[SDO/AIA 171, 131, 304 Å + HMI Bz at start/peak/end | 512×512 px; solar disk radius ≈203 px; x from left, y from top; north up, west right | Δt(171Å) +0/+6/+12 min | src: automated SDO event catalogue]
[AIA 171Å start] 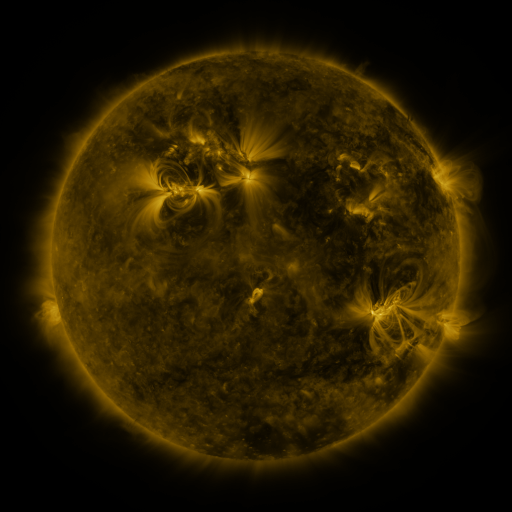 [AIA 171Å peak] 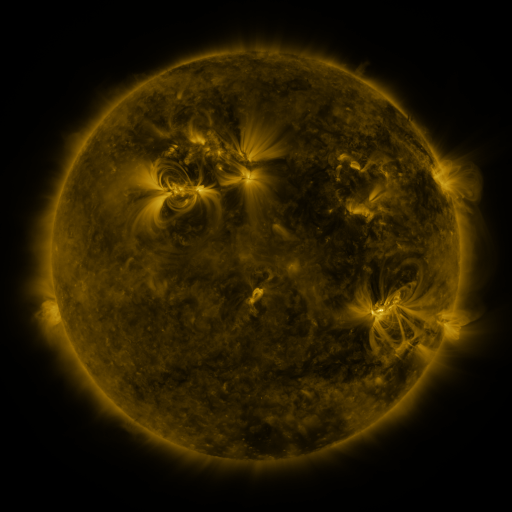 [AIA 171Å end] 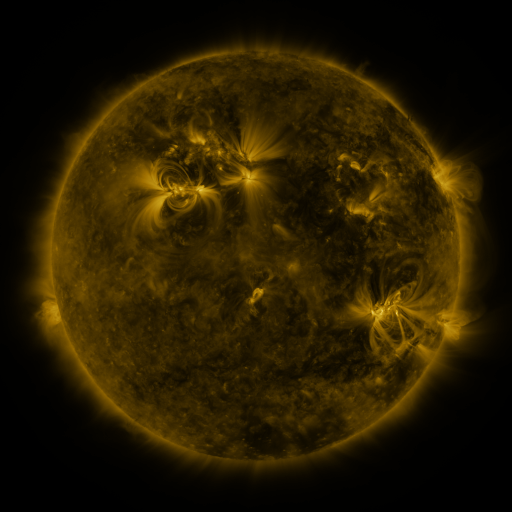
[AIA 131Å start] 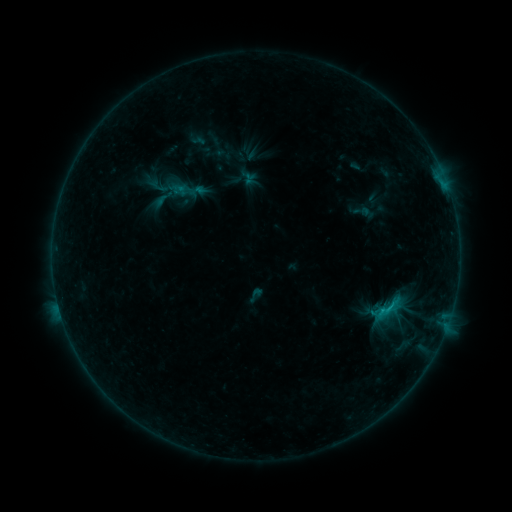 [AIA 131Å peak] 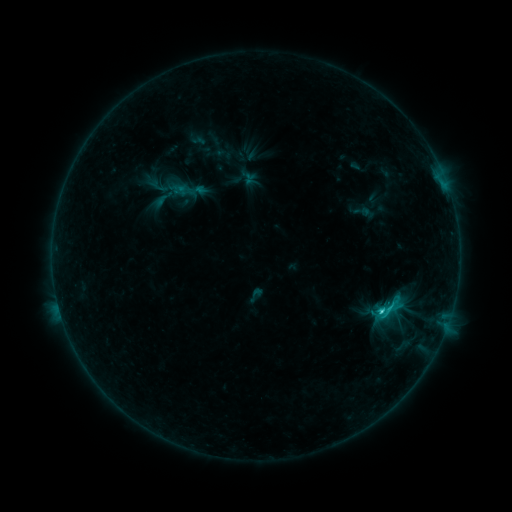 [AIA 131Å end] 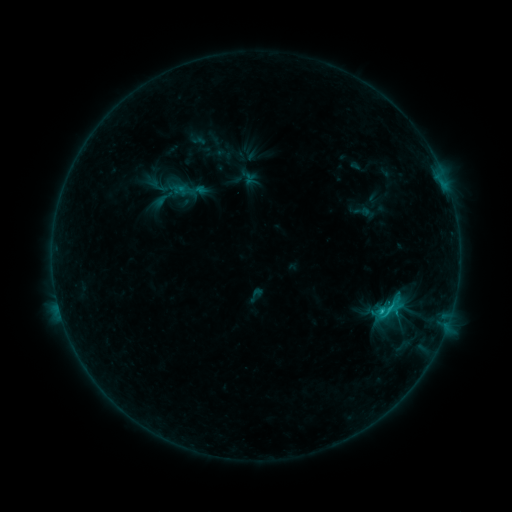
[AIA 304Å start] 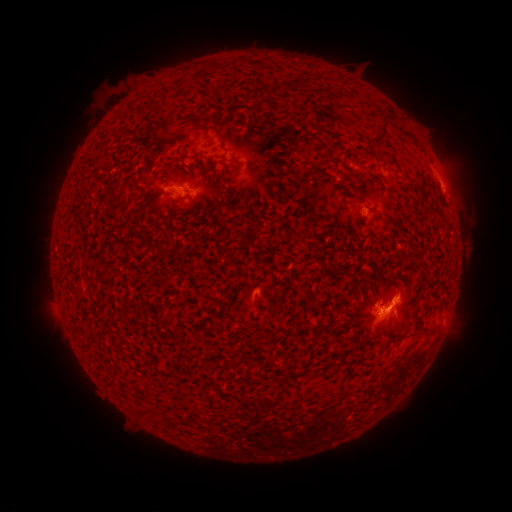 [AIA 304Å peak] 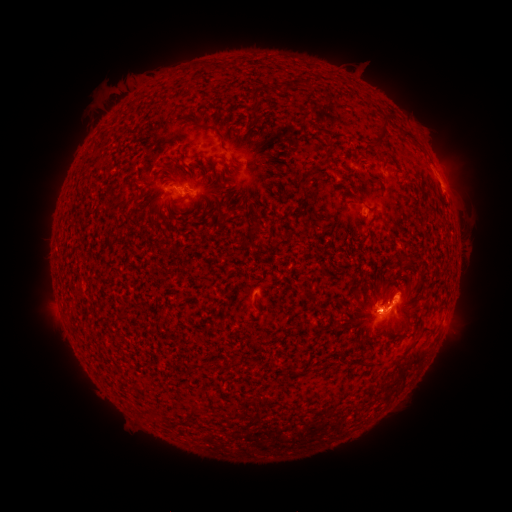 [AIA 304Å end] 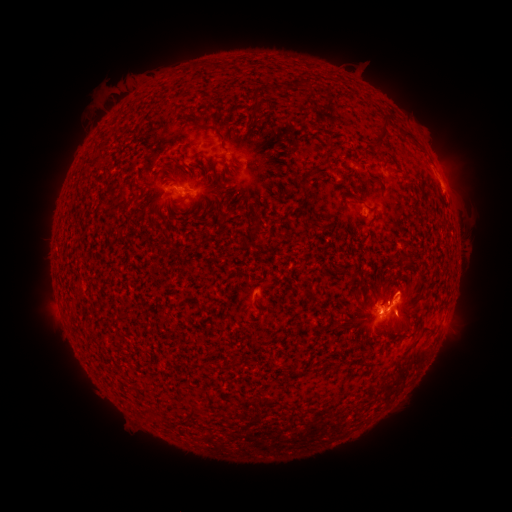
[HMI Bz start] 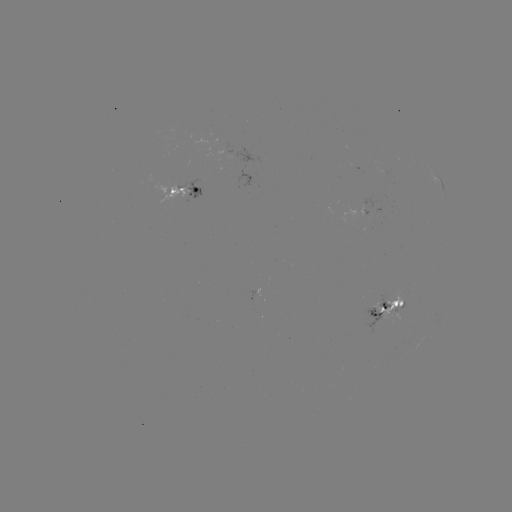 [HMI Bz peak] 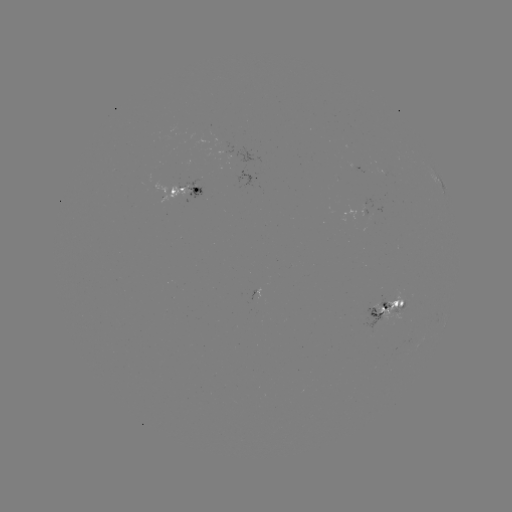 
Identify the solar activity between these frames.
C1.9 flare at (379, 307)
